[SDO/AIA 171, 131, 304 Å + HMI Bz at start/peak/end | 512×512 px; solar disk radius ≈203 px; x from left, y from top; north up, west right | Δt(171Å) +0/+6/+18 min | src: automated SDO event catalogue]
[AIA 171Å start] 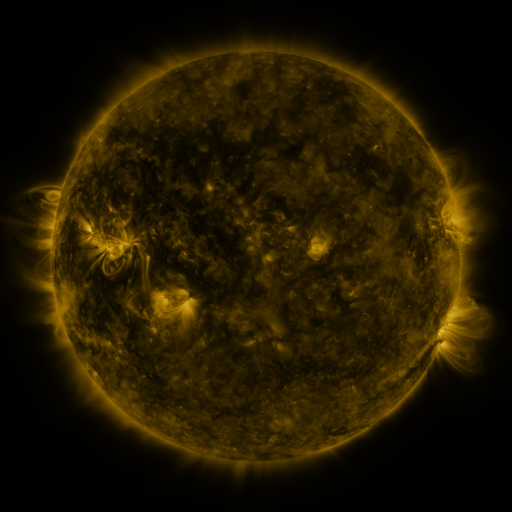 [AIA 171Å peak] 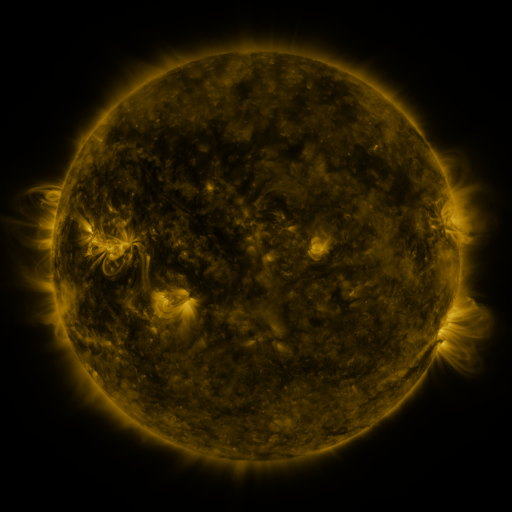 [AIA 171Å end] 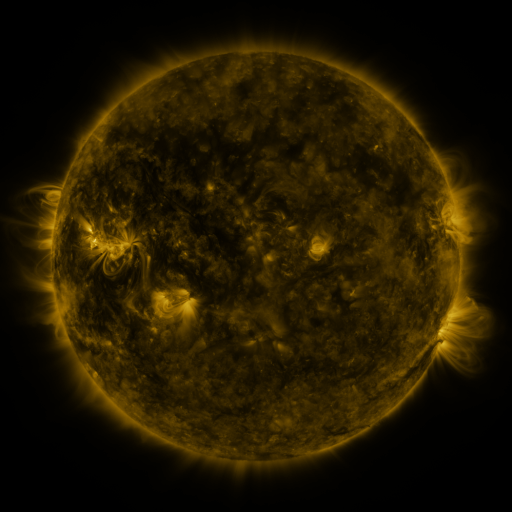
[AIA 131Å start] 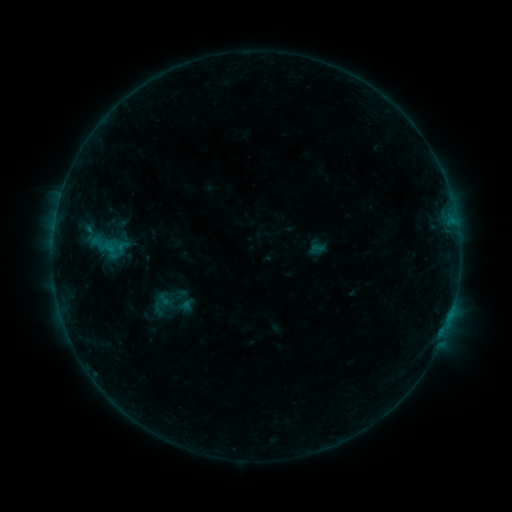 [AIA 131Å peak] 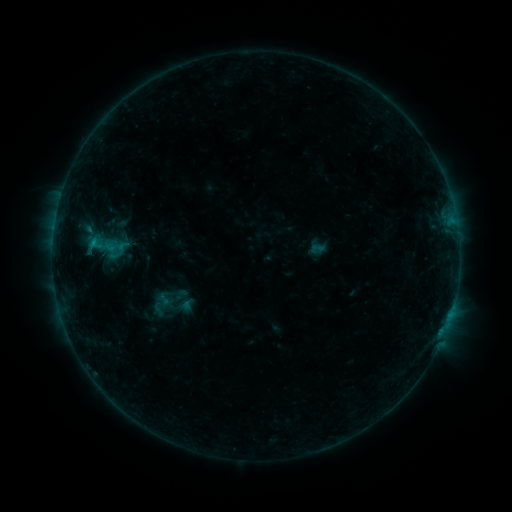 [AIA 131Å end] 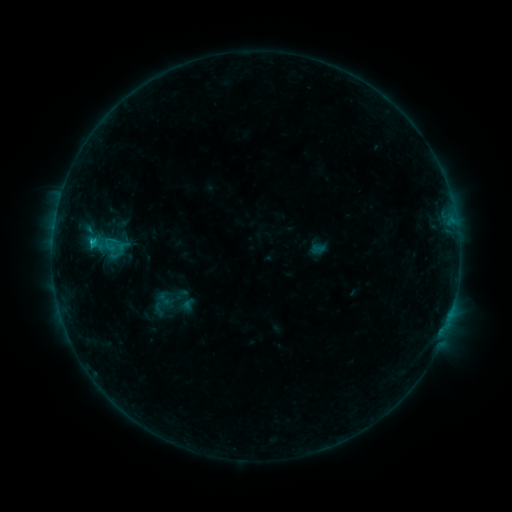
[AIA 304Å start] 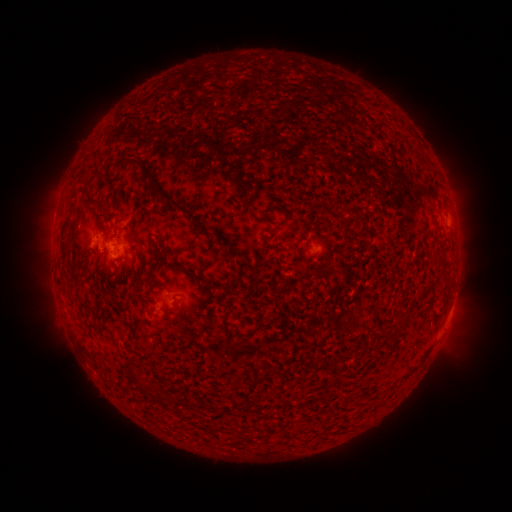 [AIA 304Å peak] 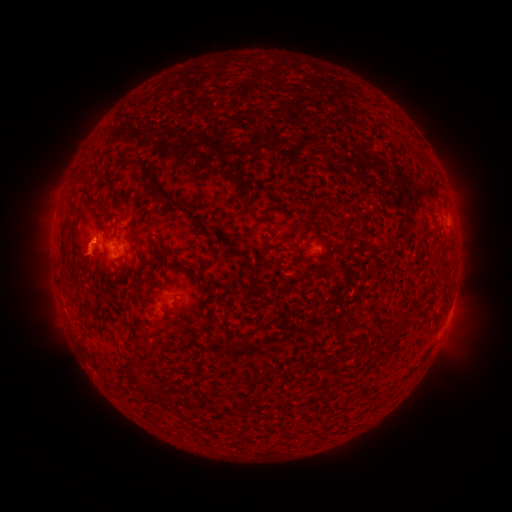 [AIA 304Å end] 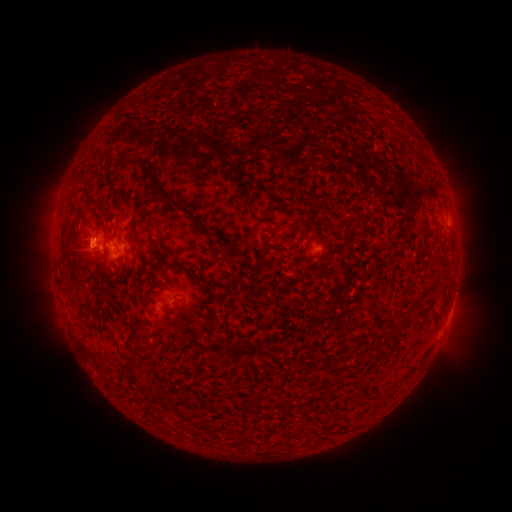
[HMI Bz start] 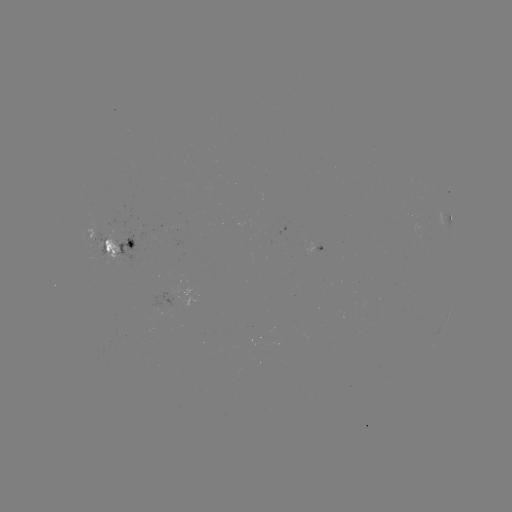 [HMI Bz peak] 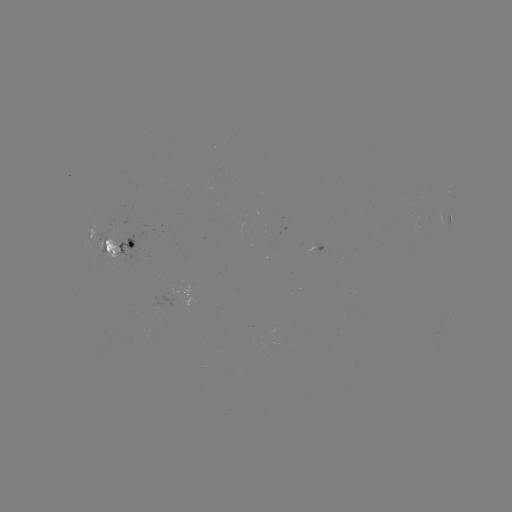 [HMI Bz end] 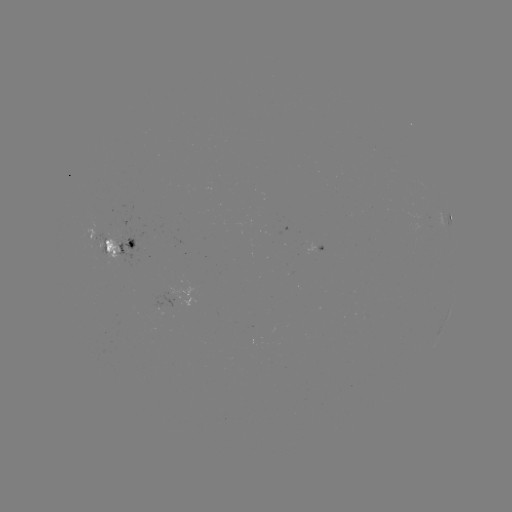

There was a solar eruption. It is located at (89, 249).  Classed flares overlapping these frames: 1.